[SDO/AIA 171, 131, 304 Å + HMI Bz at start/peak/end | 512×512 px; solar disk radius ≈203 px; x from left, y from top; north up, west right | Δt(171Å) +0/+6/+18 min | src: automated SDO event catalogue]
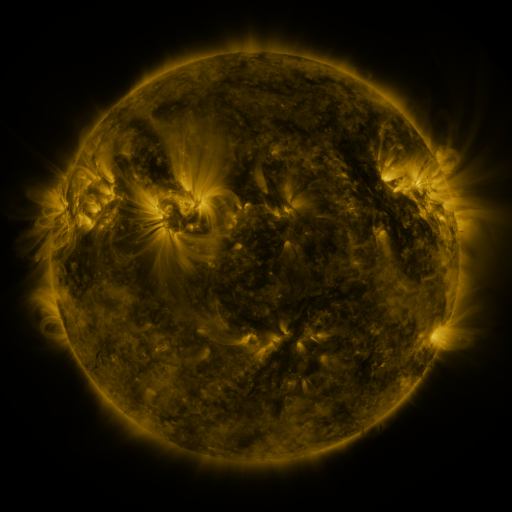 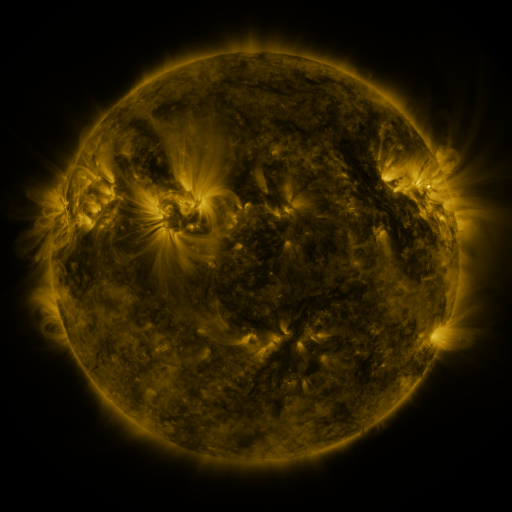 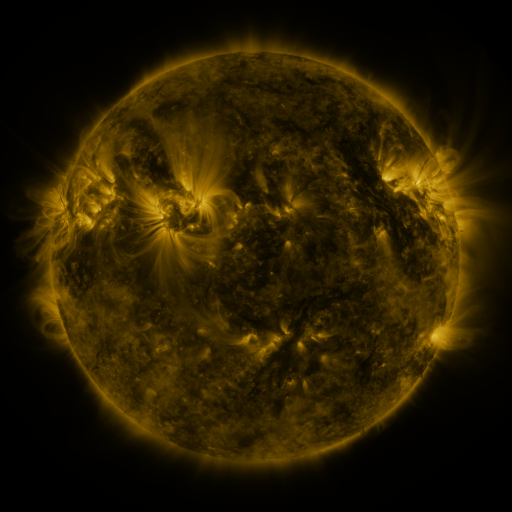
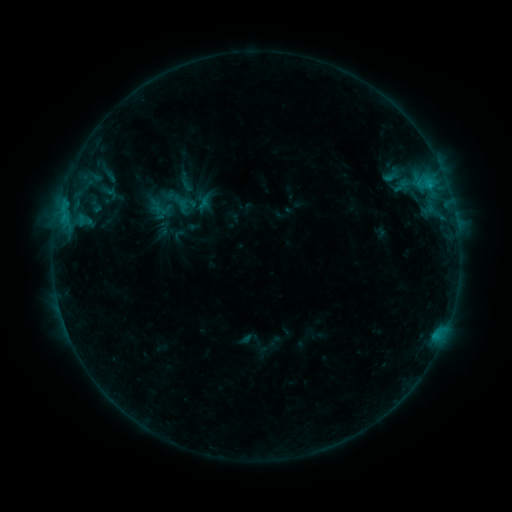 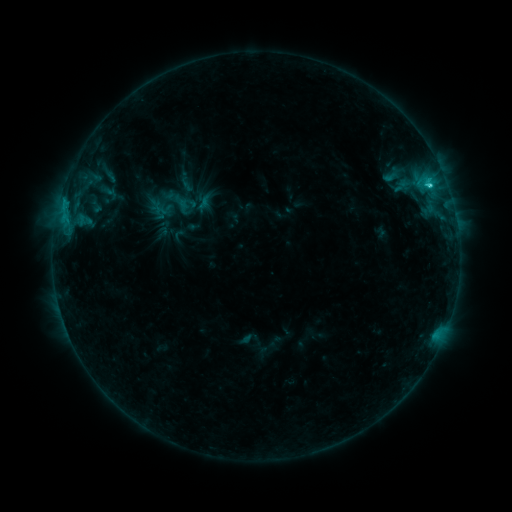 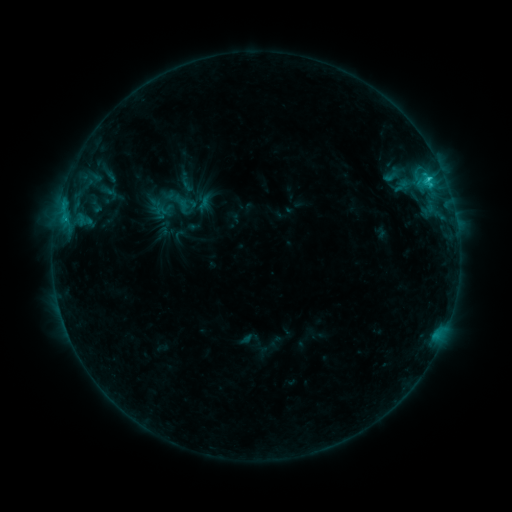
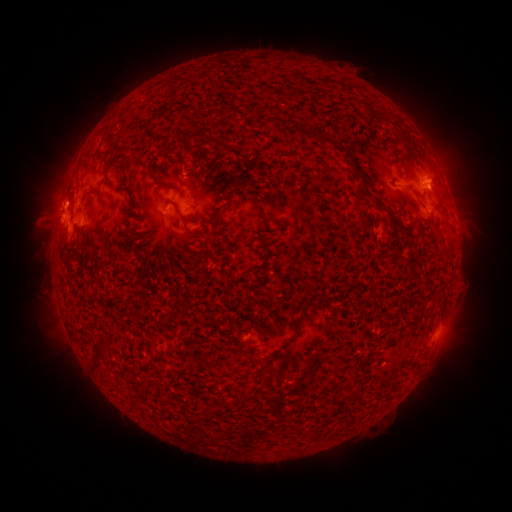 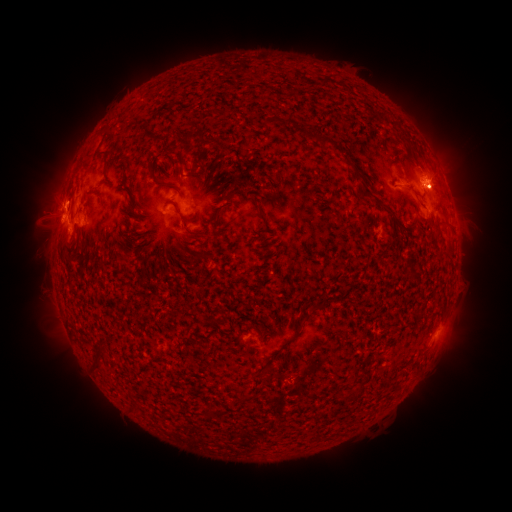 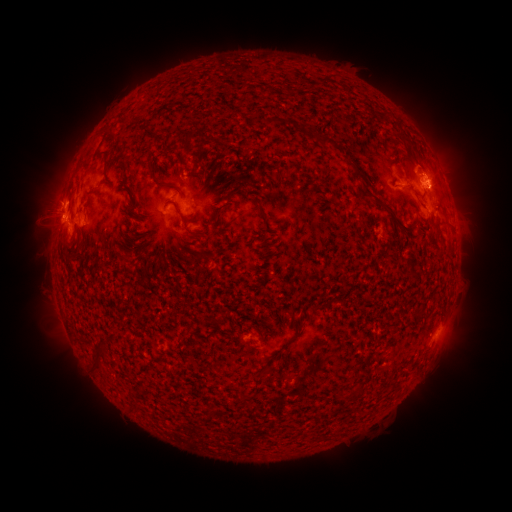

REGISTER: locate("C2.7 flare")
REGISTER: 428,186